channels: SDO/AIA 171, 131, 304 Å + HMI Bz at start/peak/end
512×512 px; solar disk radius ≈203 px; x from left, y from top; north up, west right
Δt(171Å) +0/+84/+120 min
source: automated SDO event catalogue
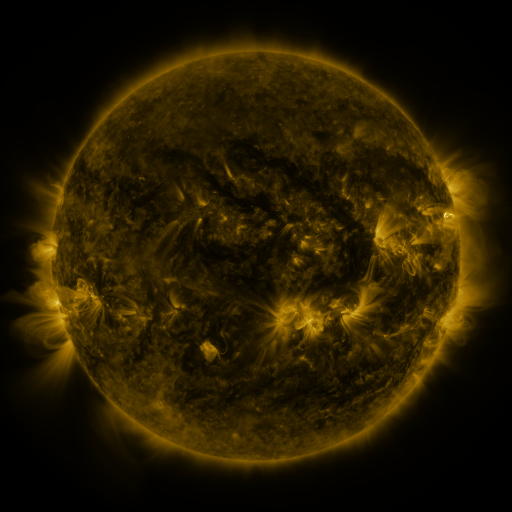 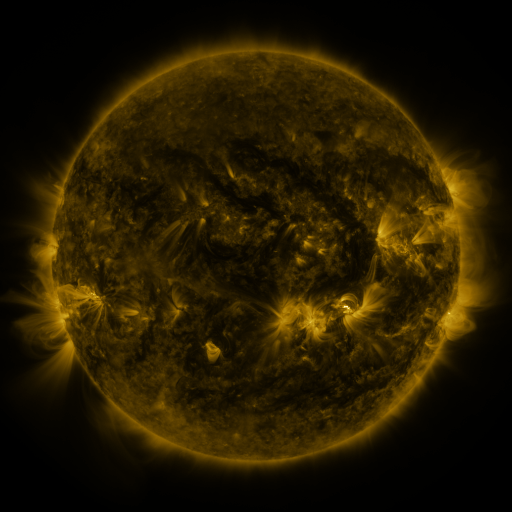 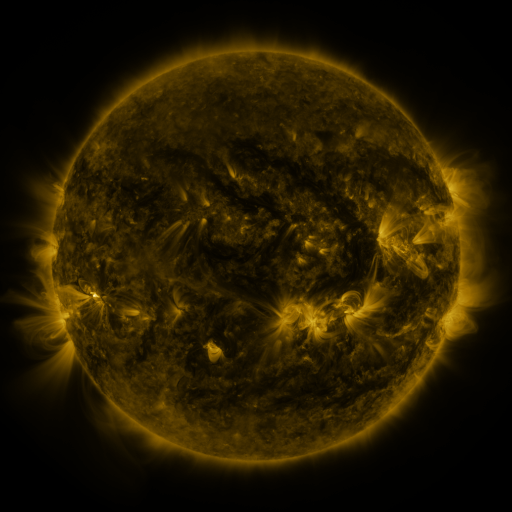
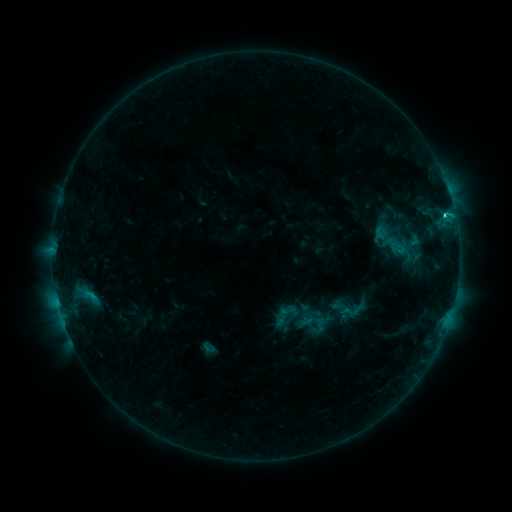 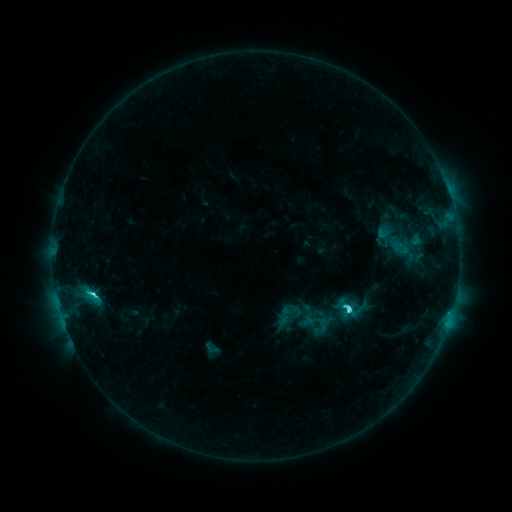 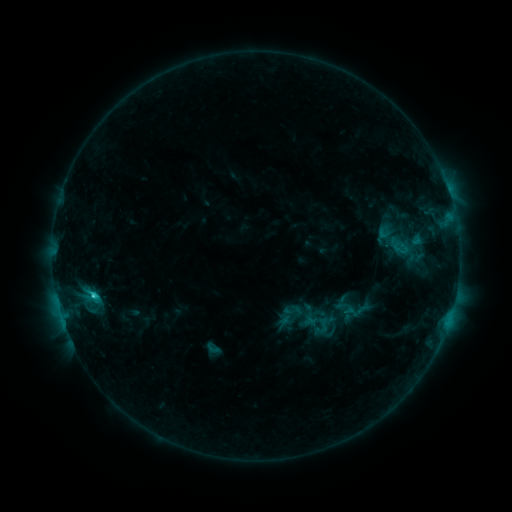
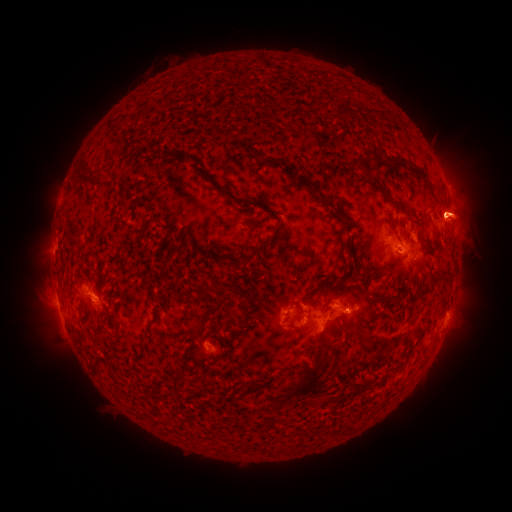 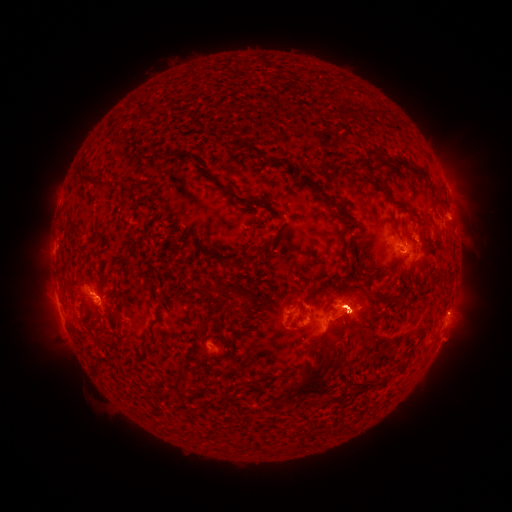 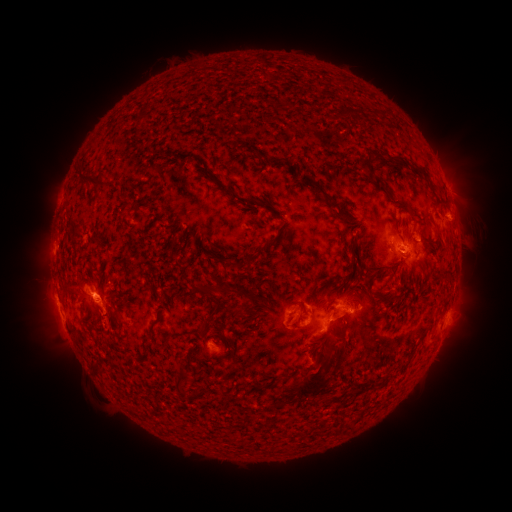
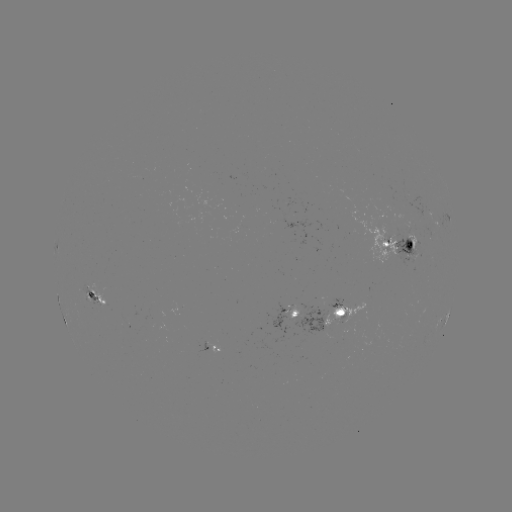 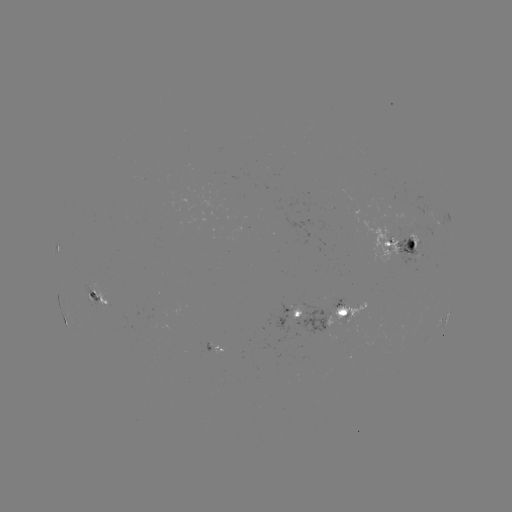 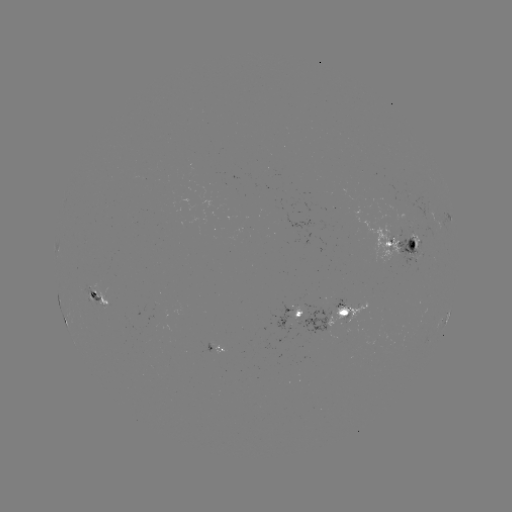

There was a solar emerging-flux region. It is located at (295, 317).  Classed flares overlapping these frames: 3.